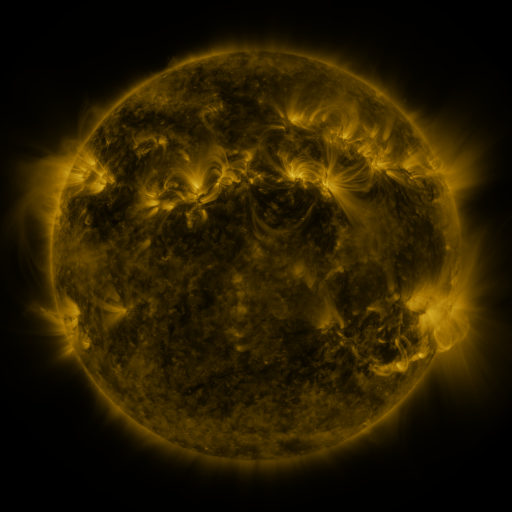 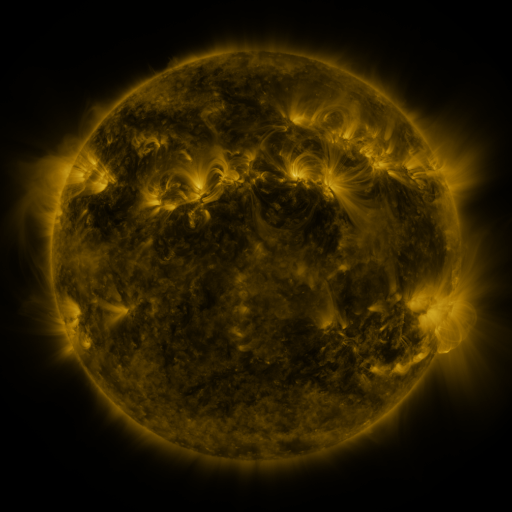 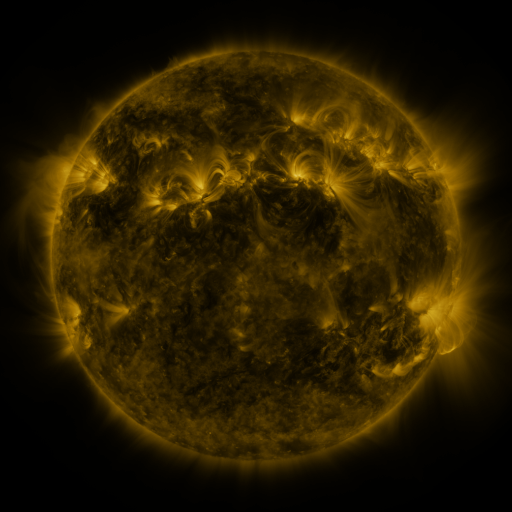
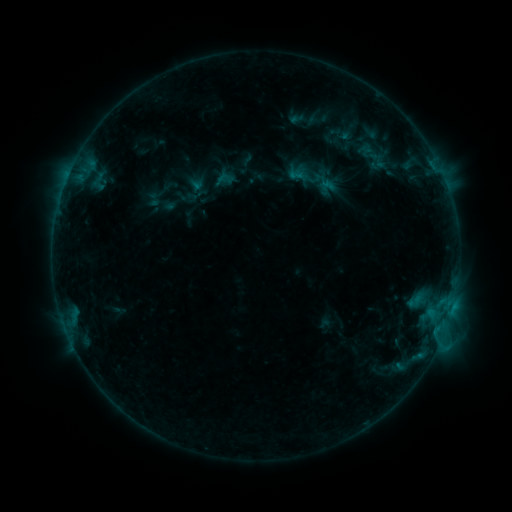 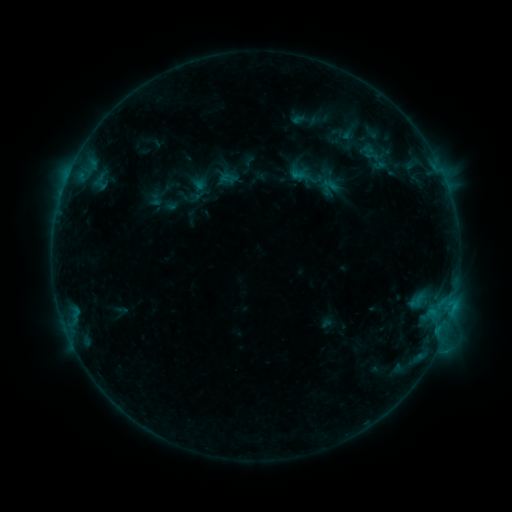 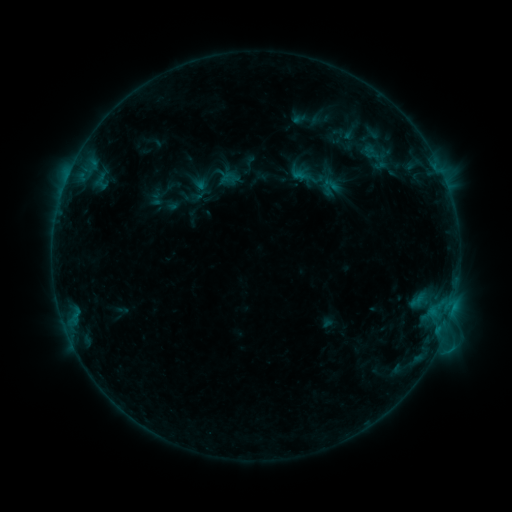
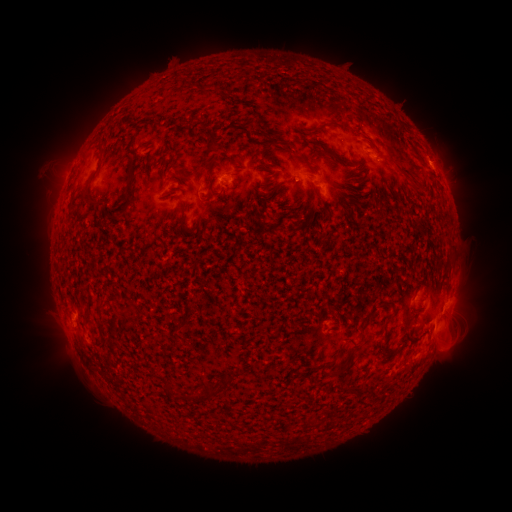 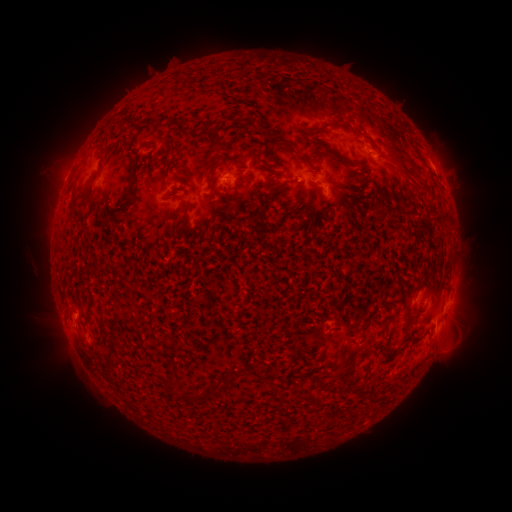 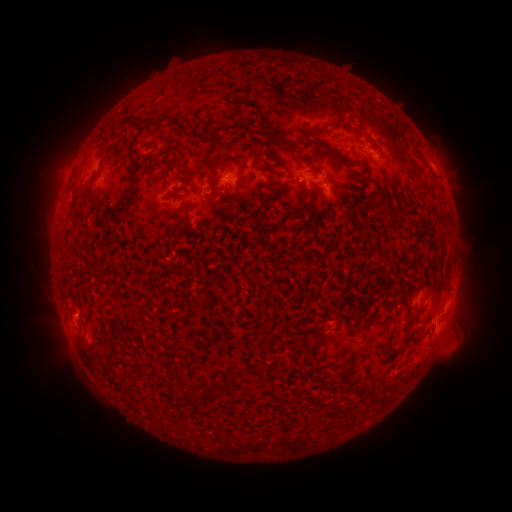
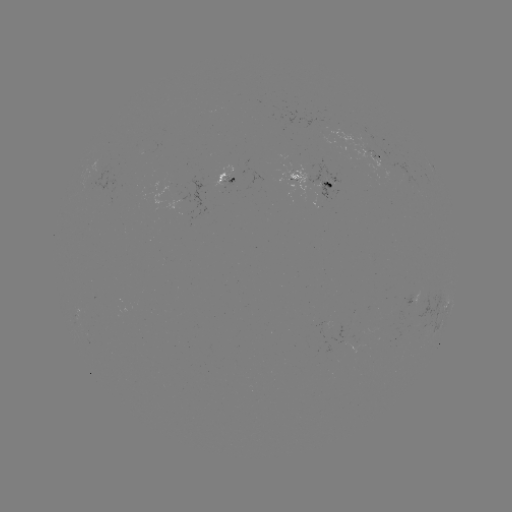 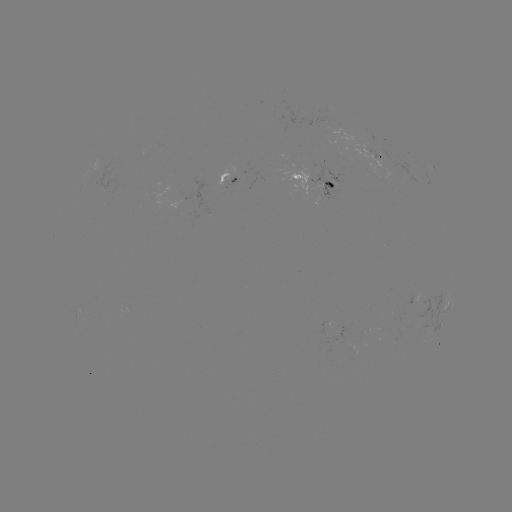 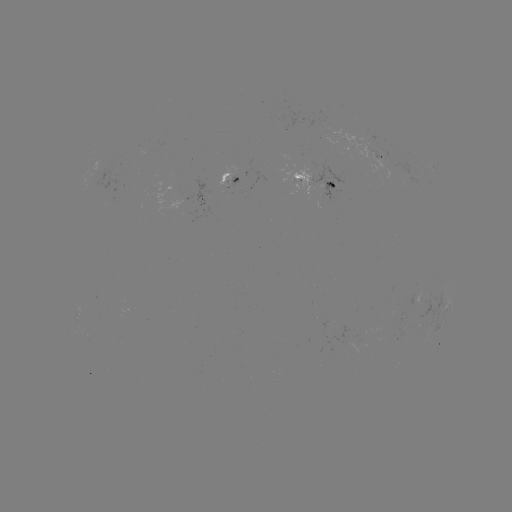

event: emerging-flux region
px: (333, 180)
